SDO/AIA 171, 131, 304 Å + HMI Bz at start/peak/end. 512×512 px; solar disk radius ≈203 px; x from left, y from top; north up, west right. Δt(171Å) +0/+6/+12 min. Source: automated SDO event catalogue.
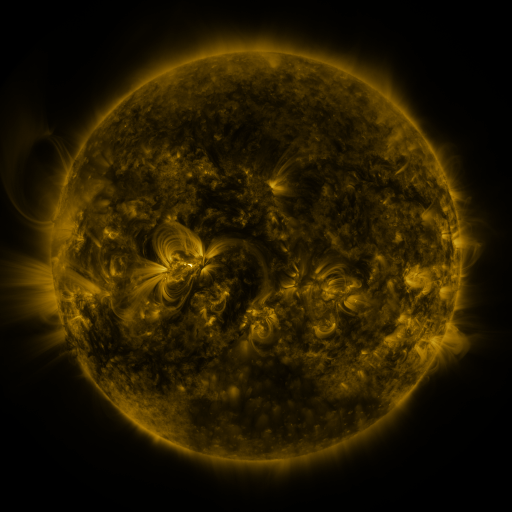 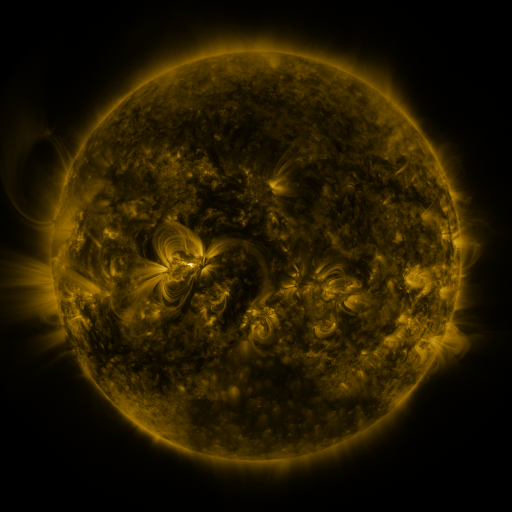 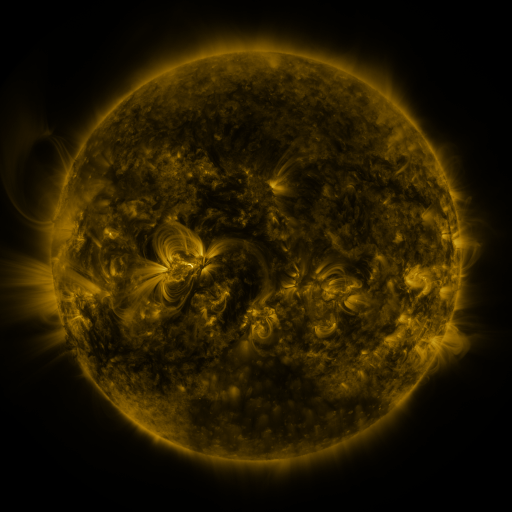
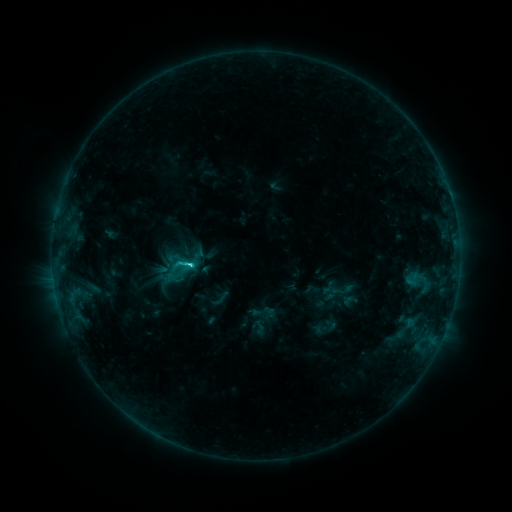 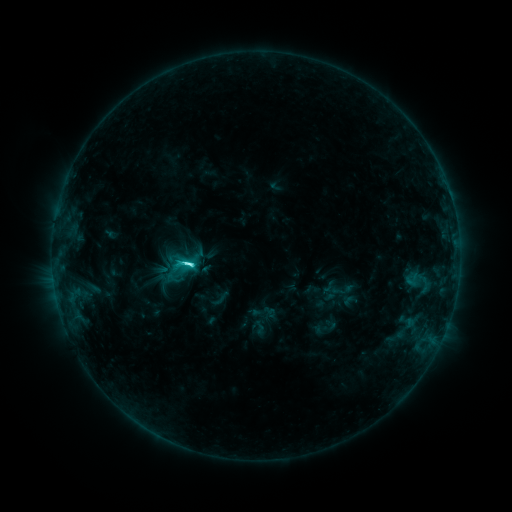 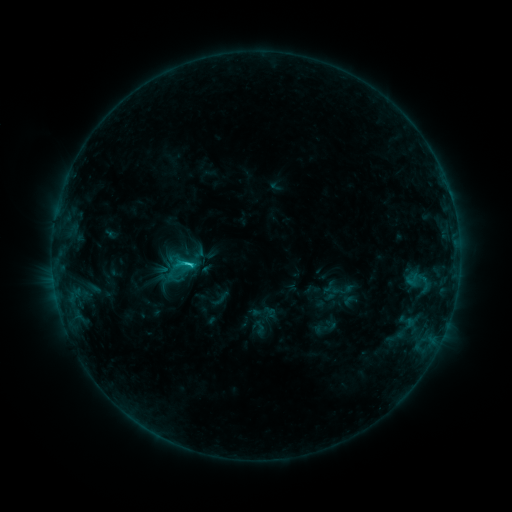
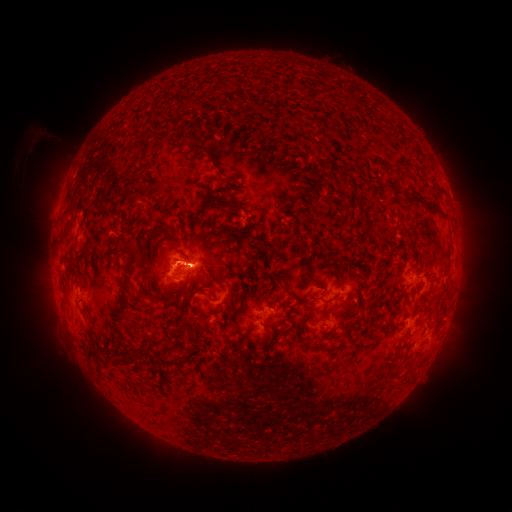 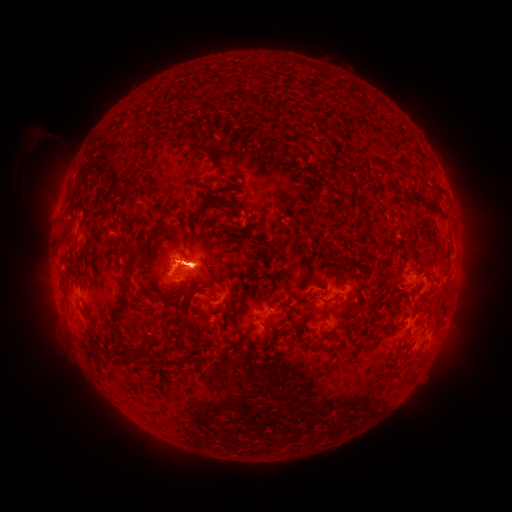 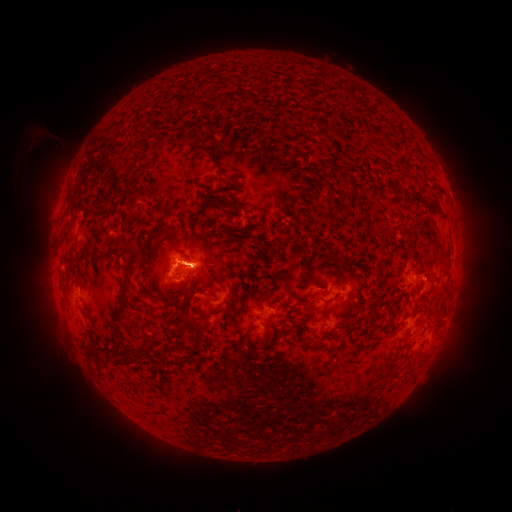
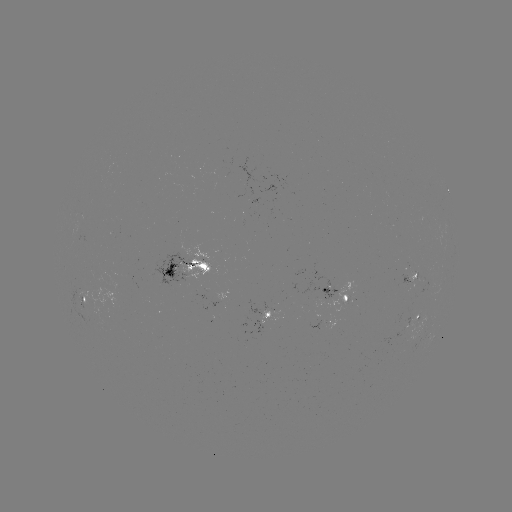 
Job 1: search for C4.6 flare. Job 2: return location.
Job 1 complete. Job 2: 189,262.